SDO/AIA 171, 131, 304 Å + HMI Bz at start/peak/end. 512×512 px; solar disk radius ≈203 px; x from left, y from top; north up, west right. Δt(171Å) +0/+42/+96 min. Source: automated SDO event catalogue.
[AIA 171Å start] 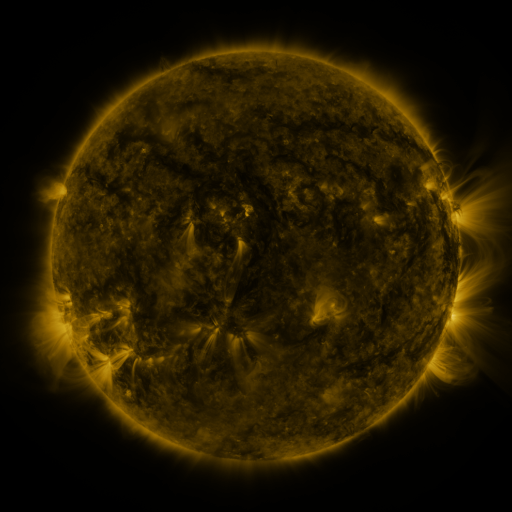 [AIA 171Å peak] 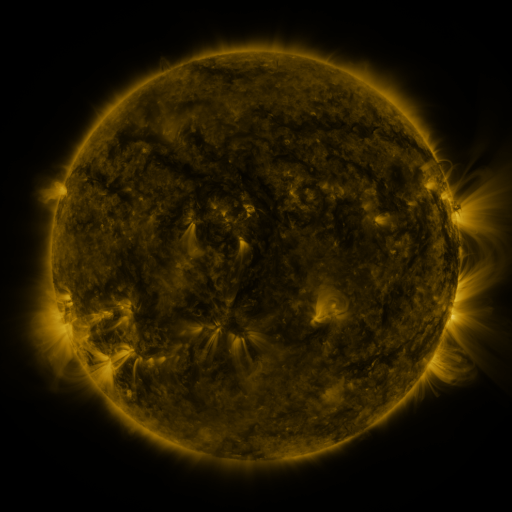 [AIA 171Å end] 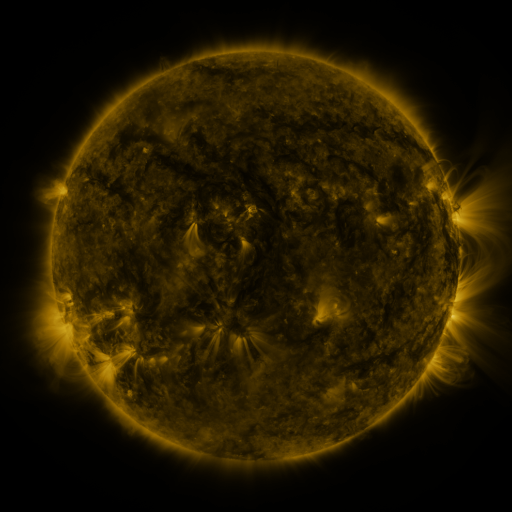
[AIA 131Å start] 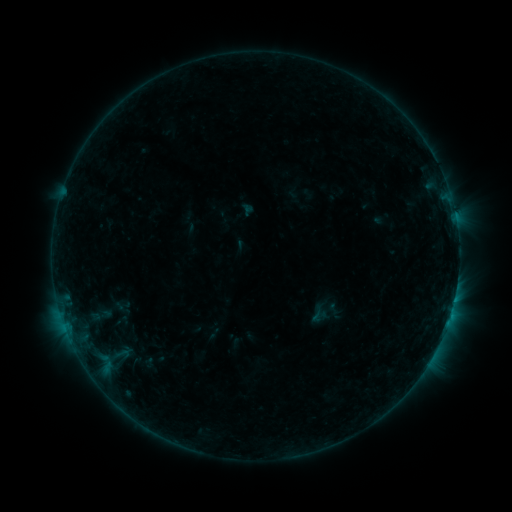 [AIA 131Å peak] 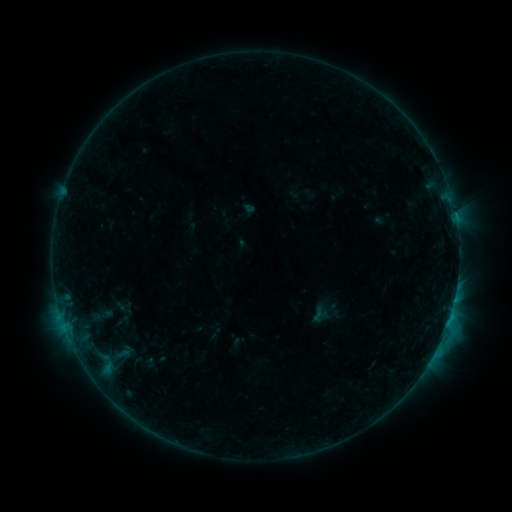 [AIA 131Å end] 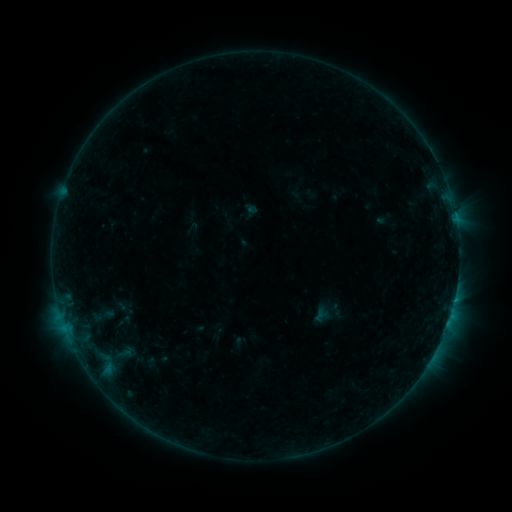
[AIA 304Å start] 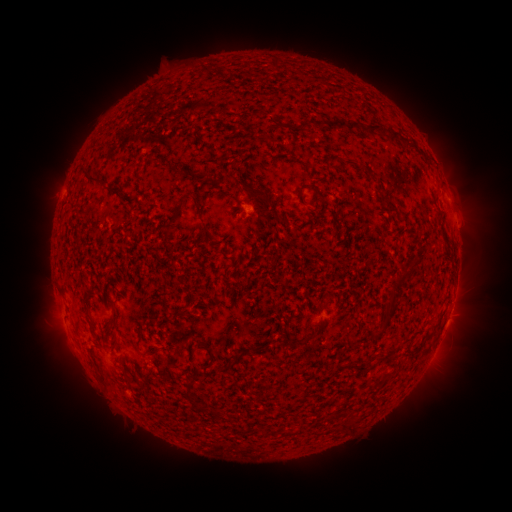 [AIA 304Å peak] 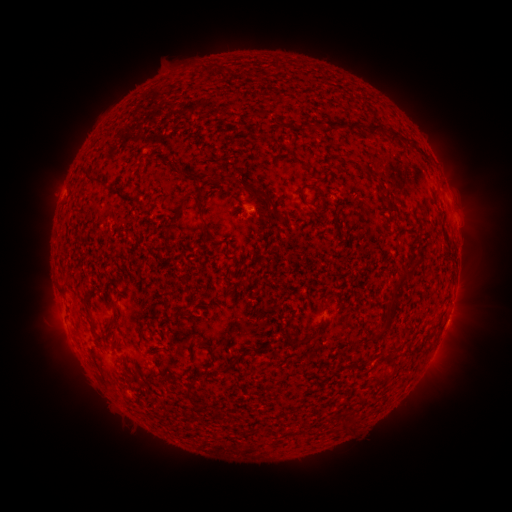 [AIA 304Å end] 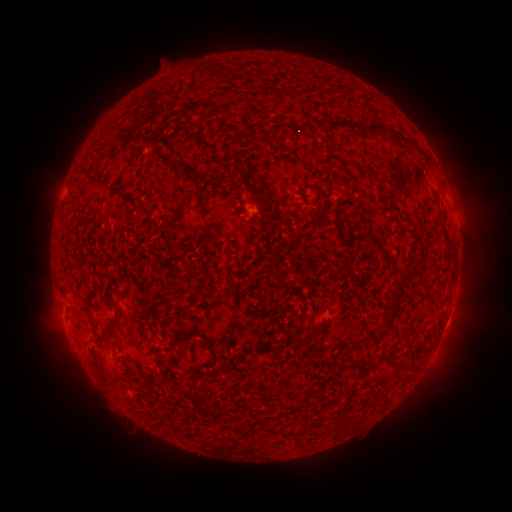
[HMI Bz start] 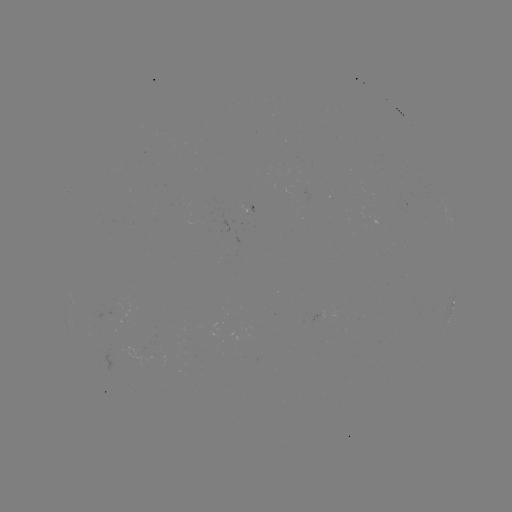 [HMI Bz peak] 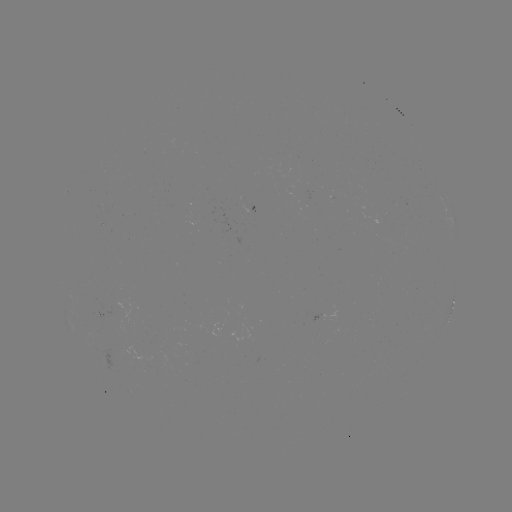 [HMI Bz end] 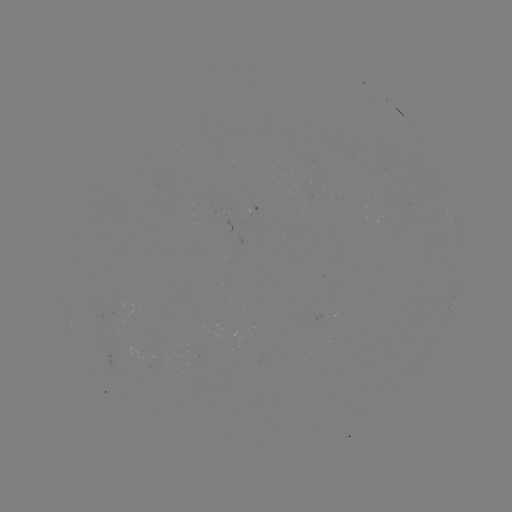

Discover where B6.6 flare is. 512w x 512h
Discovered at (445, 328).